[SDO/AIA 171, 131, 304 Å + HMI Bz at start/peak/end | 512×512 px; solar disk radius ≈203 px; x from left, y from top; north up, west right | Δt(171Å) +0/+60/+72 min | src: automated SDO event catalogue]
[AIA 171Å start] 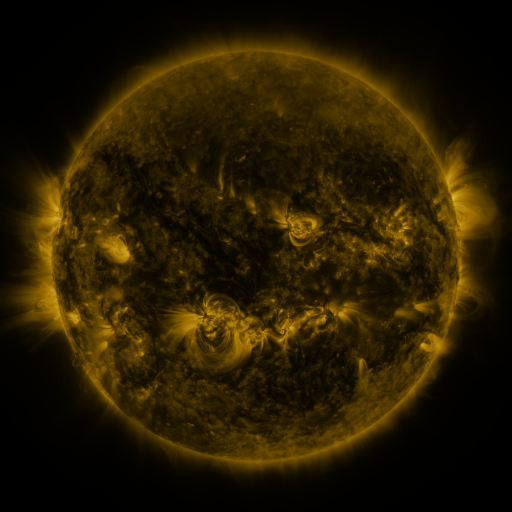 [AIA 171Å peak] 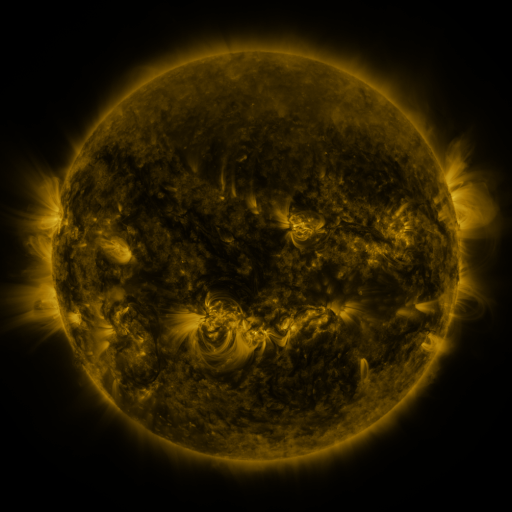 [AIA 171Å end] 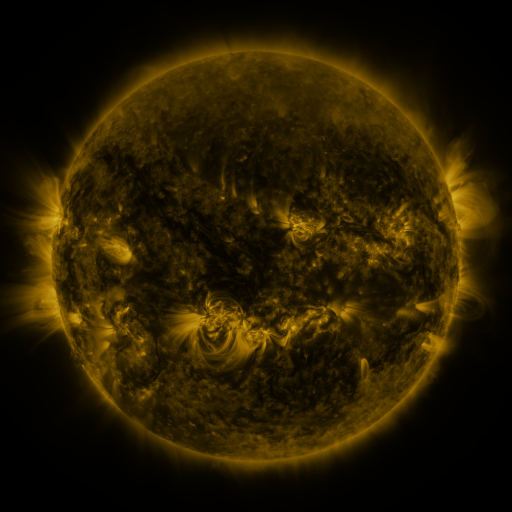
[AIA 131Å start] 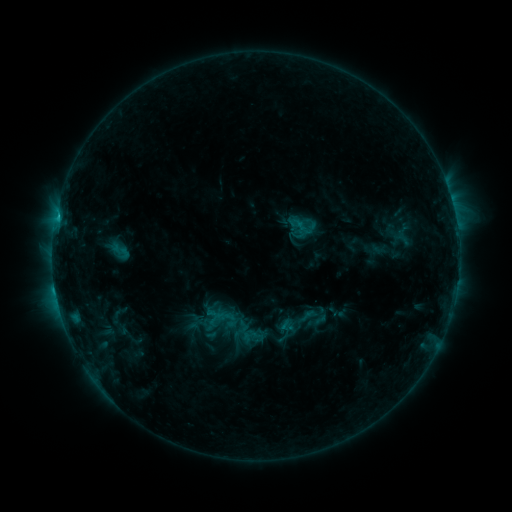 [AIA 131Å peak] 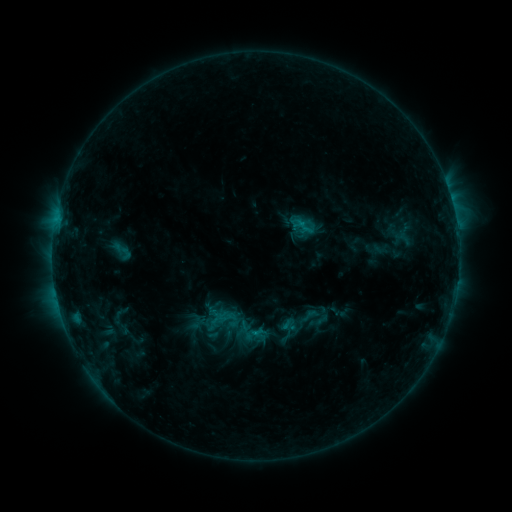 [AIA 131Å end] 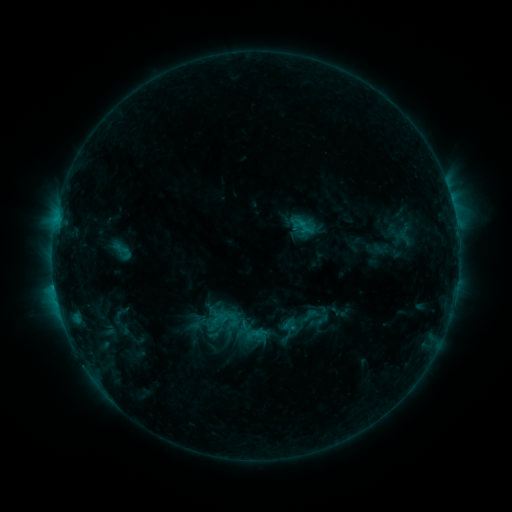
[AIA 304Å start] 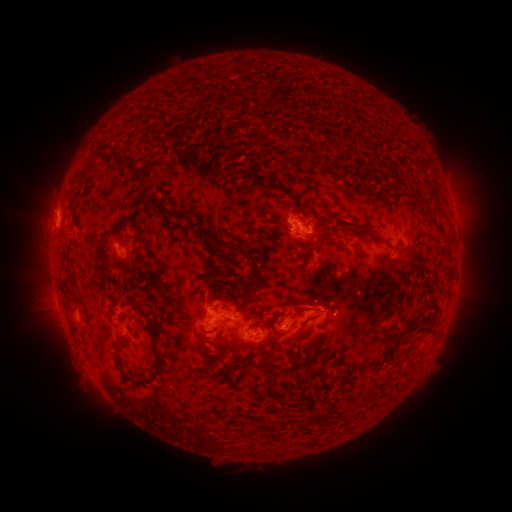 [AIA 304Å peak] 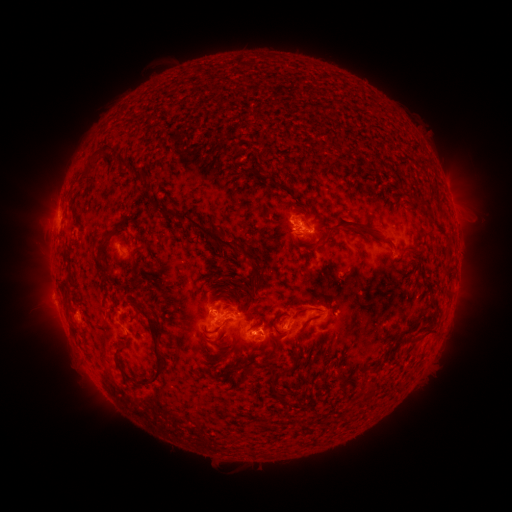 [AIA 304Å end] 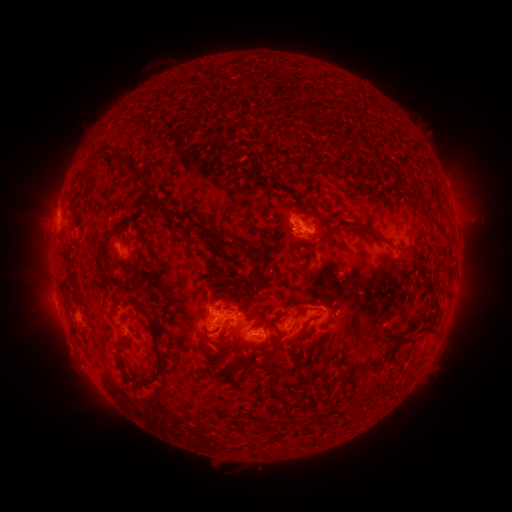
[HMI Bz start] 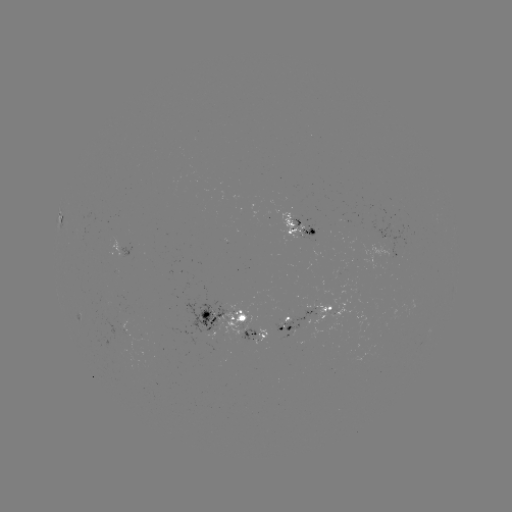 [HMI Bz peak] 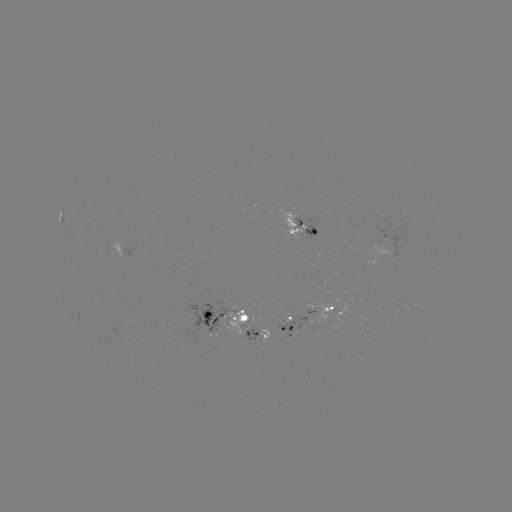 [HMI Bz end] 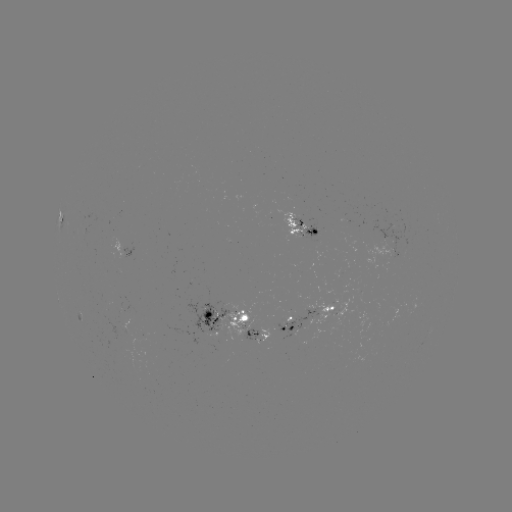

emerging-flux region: (258, 328, 270, 342)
